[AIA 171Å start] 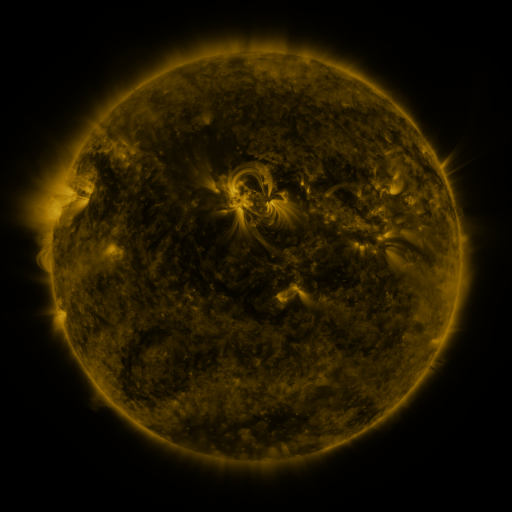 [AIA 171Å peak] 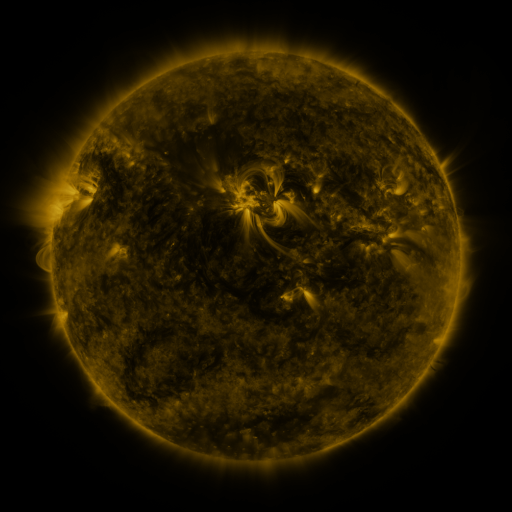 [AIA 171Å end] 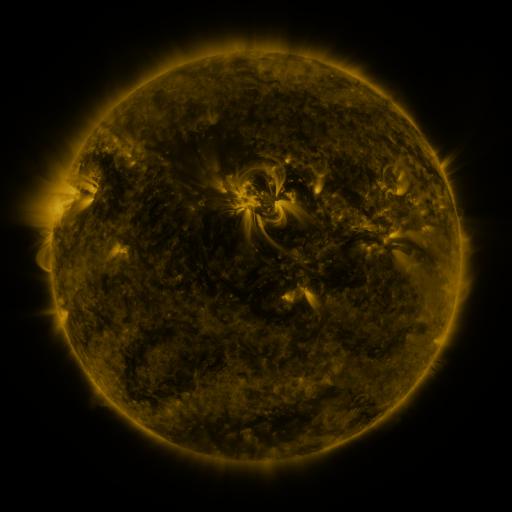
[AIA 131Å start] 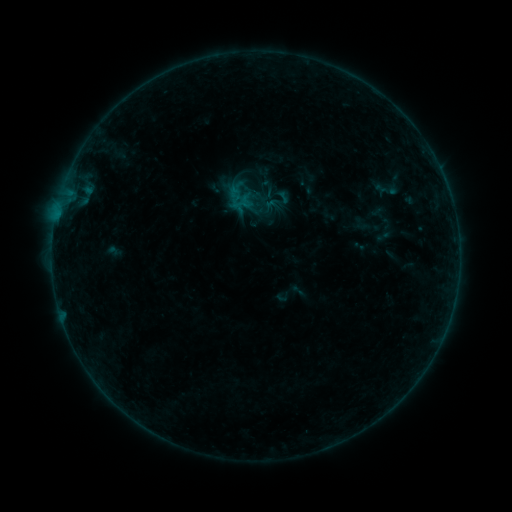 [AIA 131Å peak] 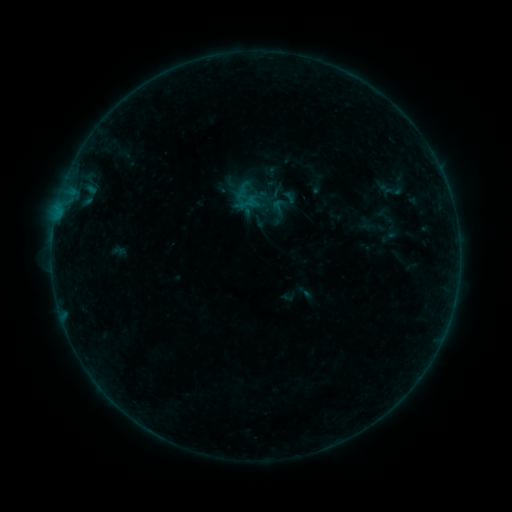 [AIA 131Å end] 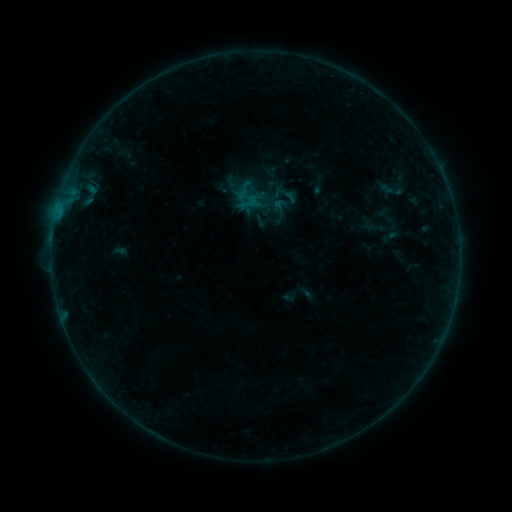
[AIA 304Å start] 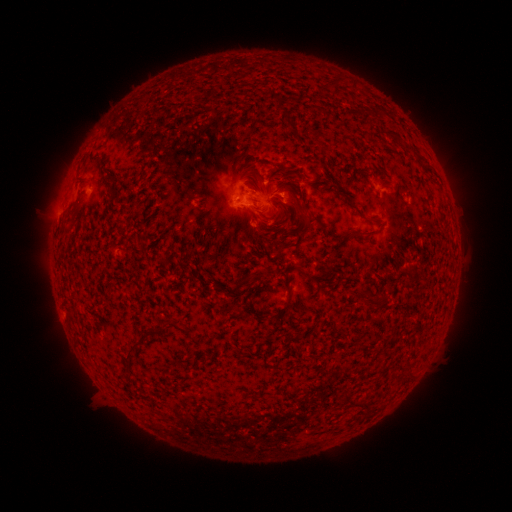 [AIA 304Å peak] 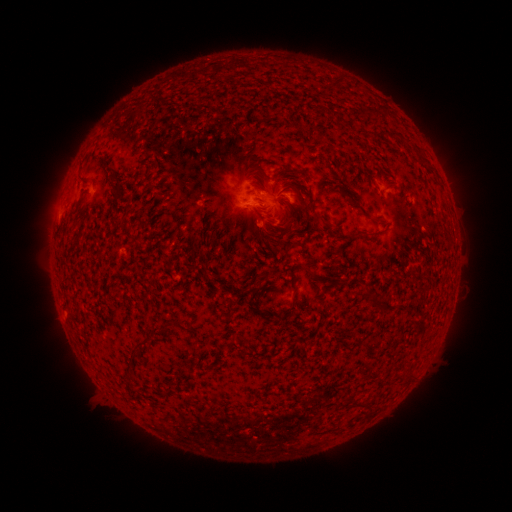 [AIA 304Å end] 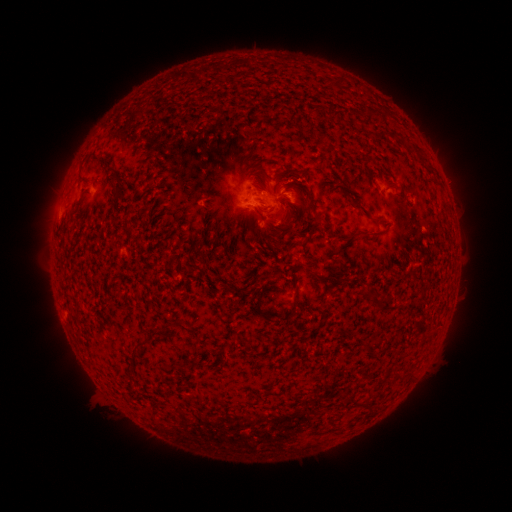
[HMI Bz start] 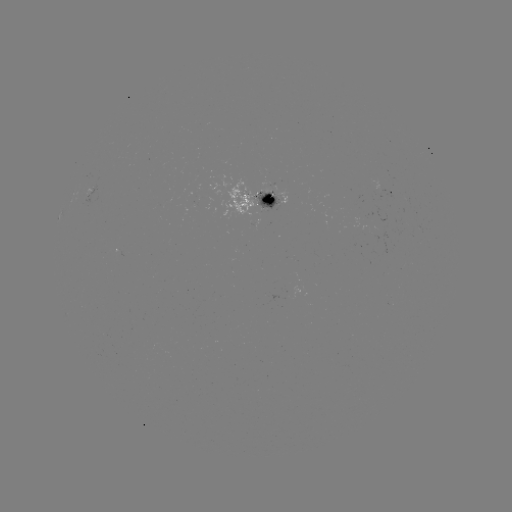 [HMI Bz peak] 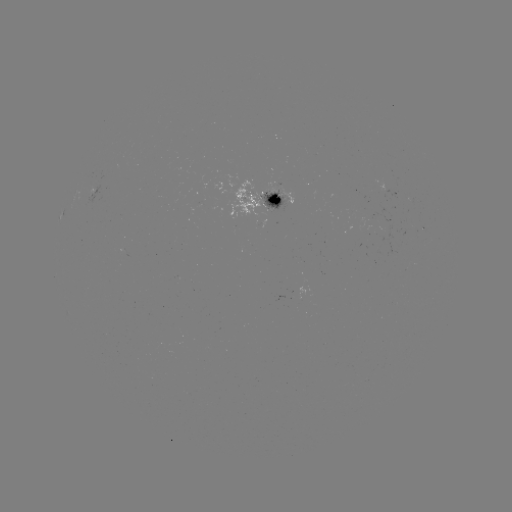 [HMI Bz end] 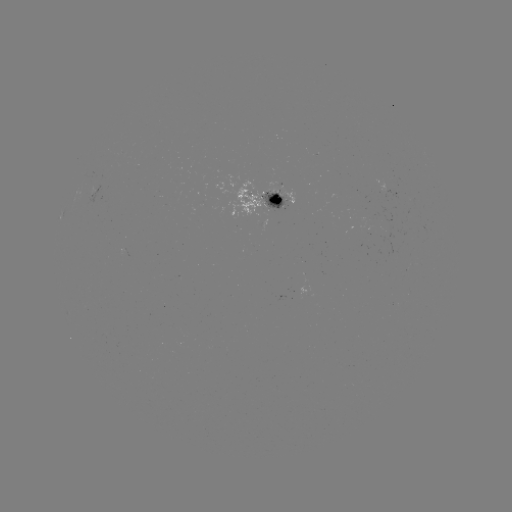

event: emerging-flux region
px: (272, 193)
